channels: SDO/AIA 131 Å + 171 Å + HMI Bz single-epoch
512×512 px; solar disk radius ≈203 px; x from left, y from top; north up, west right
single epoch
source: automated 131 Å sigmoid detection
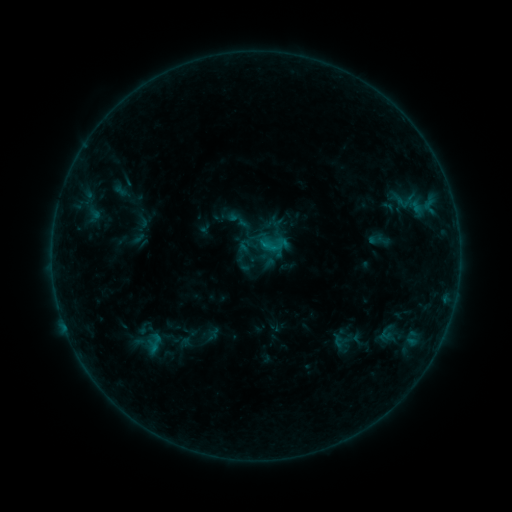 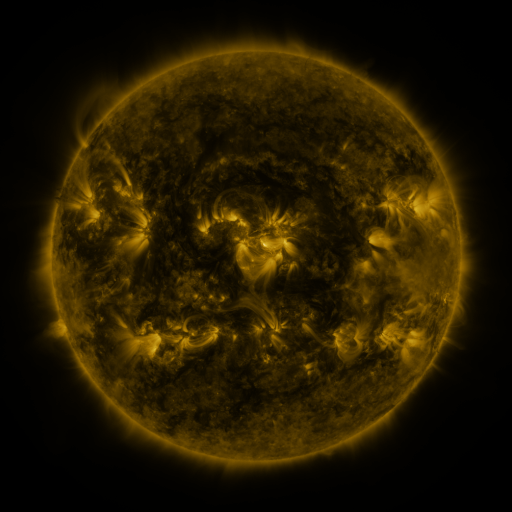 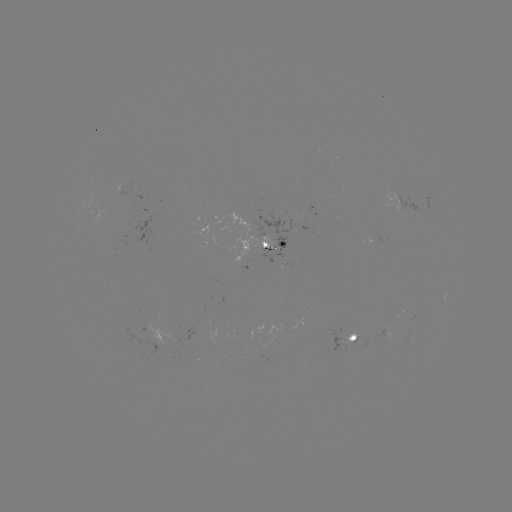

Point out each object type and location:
sigmoid: (340, 341)
sigmoid: (155, 343)
